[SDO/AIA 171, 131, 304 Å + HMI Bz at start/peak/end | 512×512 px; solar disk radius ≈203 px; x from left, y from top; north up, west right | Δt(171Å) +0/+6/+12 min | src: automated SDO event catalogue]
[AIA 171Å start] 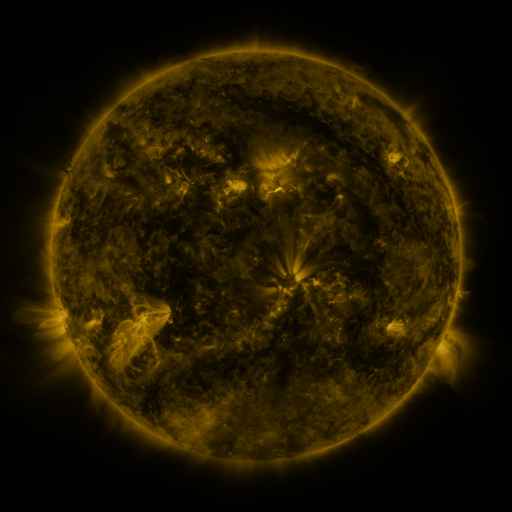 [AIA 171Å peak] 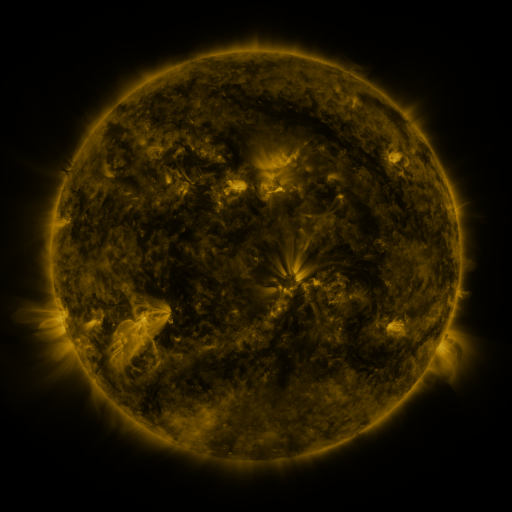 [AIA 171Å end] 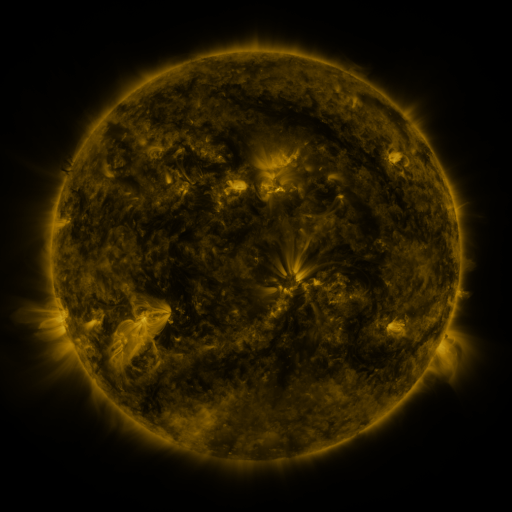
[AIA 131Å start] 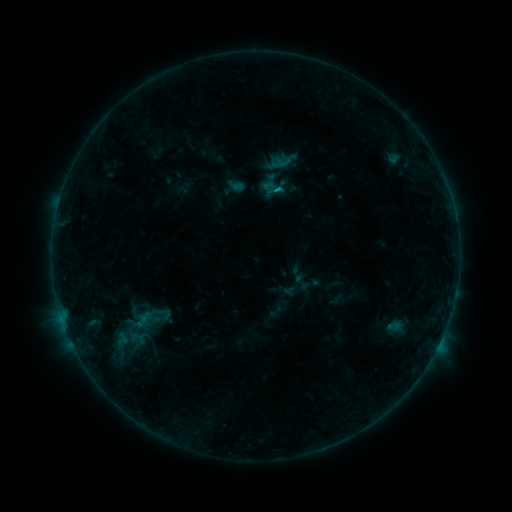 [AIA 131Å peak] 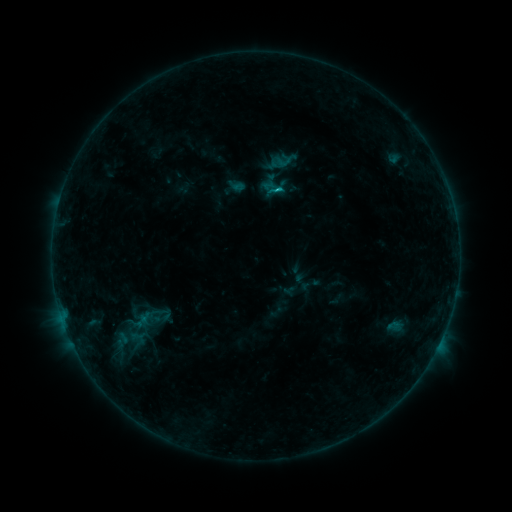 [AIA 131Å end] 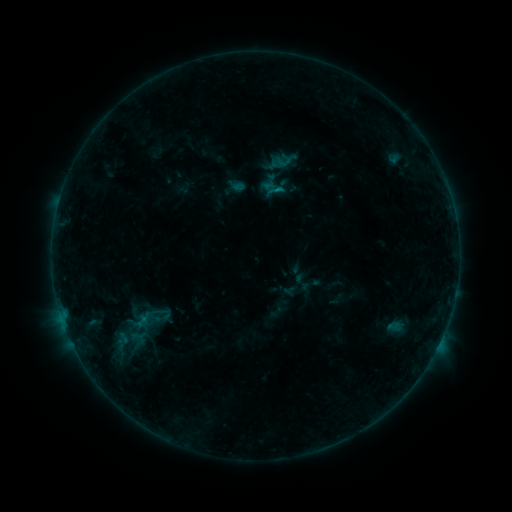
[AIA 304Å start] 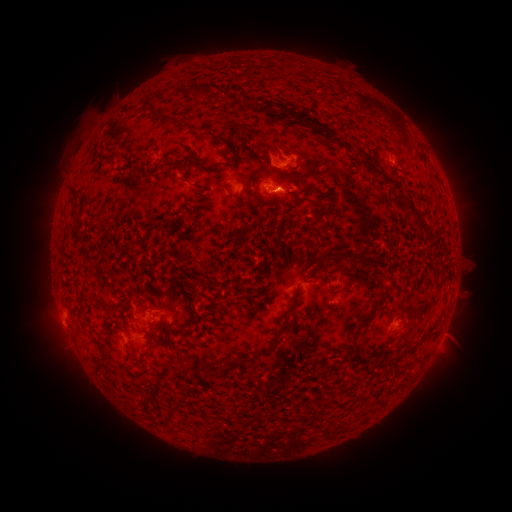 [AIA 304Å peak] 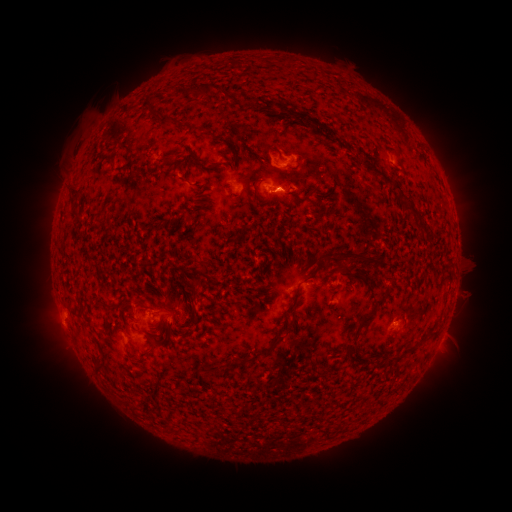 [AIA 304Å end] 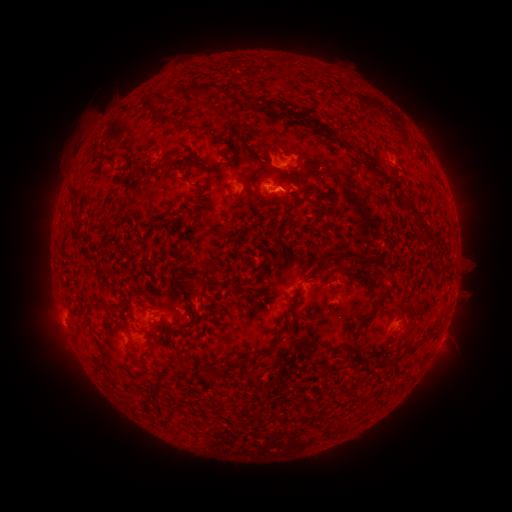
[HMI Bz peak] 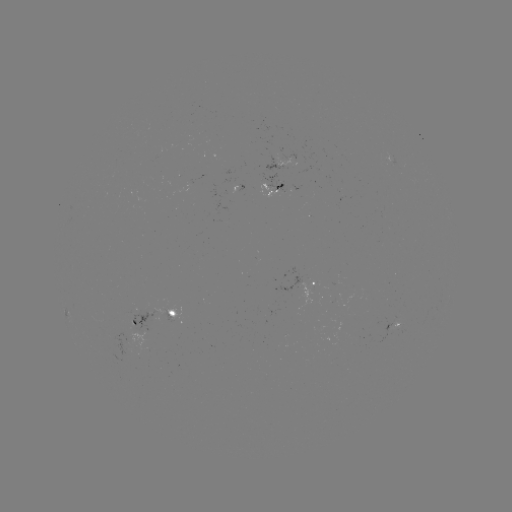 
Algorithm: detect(B6.9 flare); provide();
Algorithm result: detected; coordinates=(273, 190)